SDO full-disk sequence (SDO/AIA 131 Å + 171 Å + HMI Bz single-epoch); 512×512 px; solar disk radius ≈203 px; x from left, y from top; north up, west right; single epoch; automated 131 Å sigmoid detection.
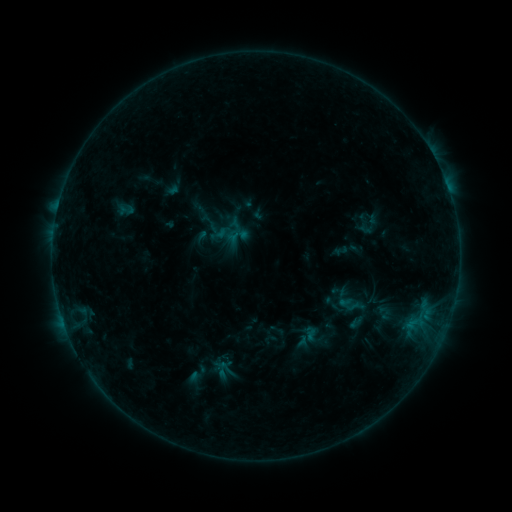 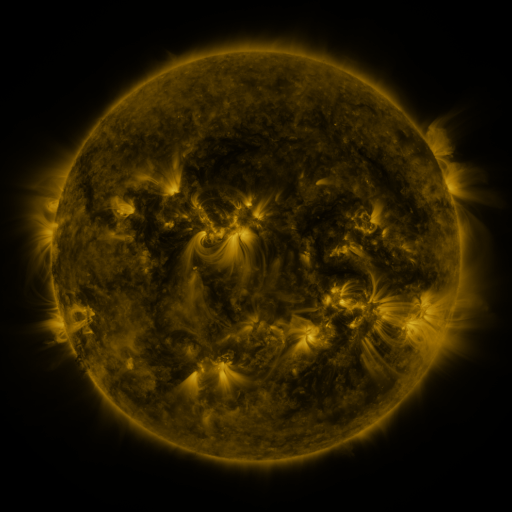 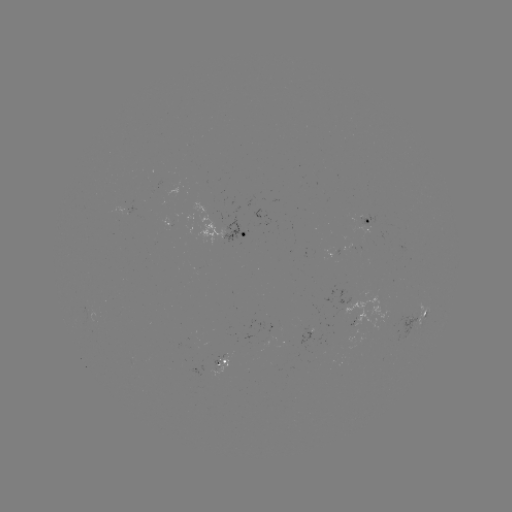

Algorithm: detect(sigmoid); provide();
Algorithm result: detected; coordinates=(230, 229)